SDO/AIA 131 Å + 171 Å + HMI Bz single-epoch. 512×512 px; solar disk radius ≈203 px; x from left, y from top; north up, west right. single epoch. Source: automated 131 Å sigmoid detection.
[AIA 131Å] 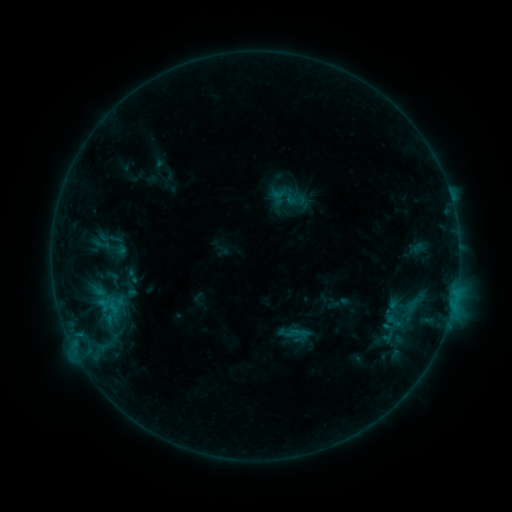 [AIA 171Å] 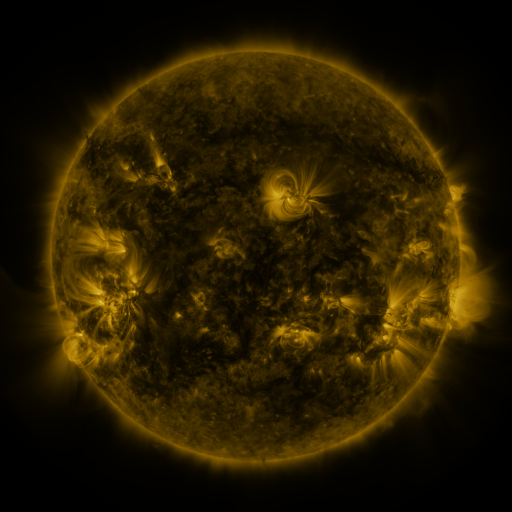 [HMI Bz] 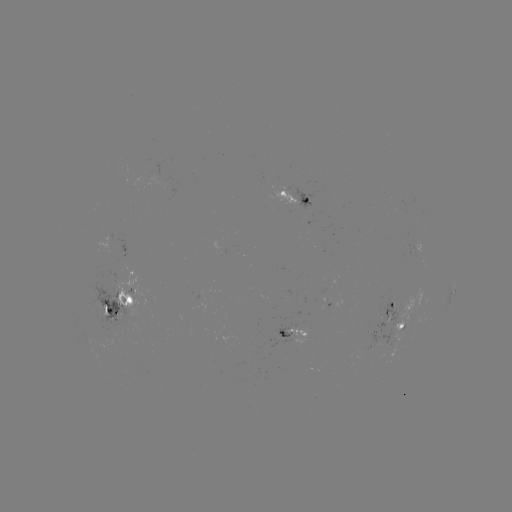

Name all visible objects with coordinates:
sigmoid: [92, 233, 111, 255]
sigmoid: [103, 268, 124, 290]
sigmoid: [386, 313, 403, 330]
